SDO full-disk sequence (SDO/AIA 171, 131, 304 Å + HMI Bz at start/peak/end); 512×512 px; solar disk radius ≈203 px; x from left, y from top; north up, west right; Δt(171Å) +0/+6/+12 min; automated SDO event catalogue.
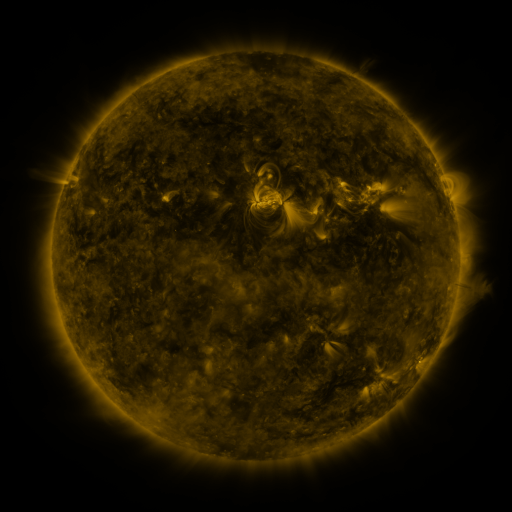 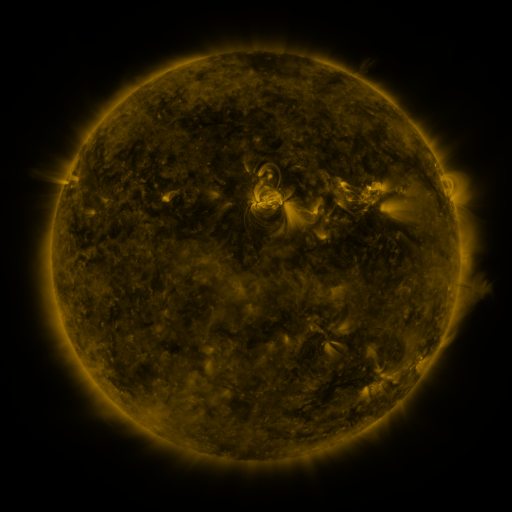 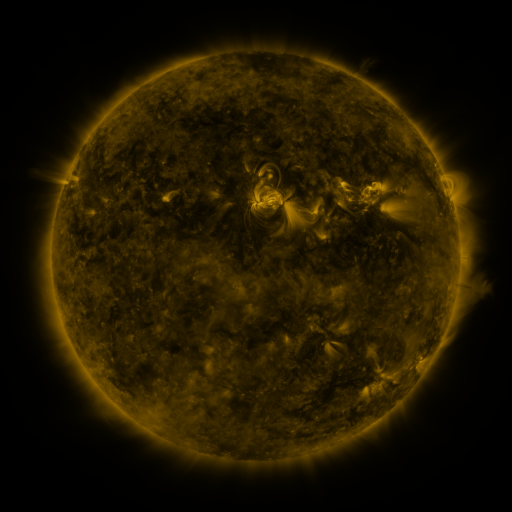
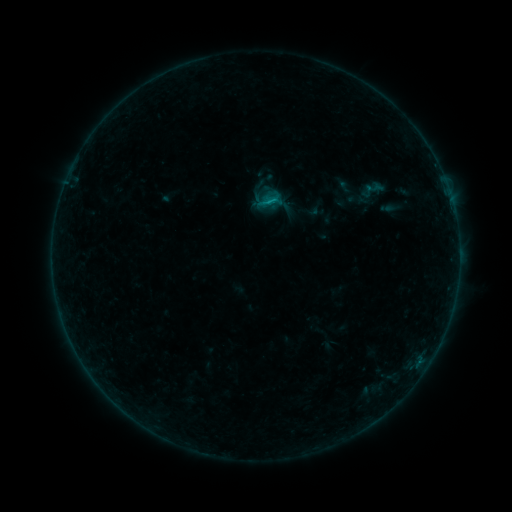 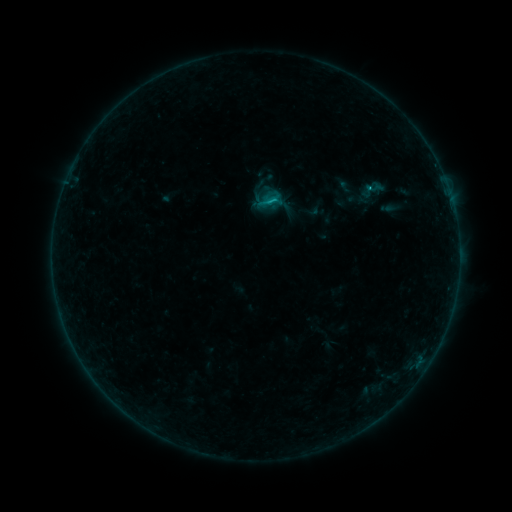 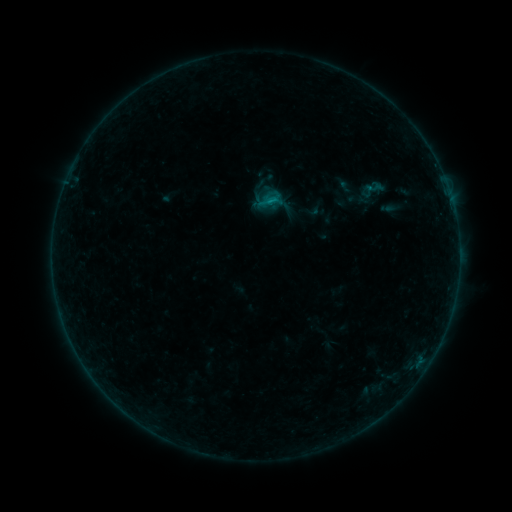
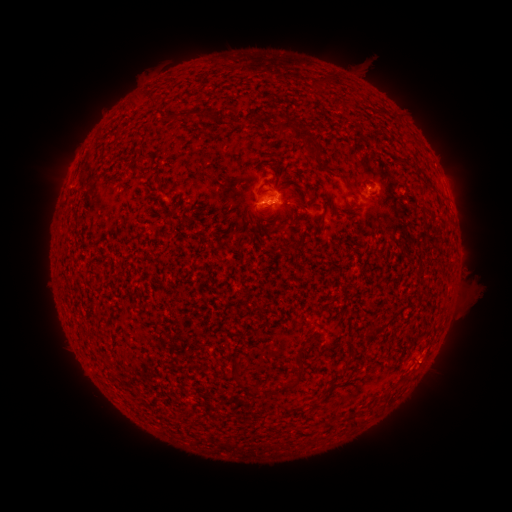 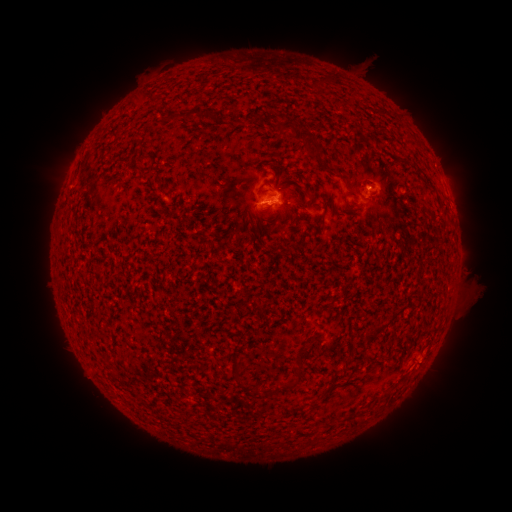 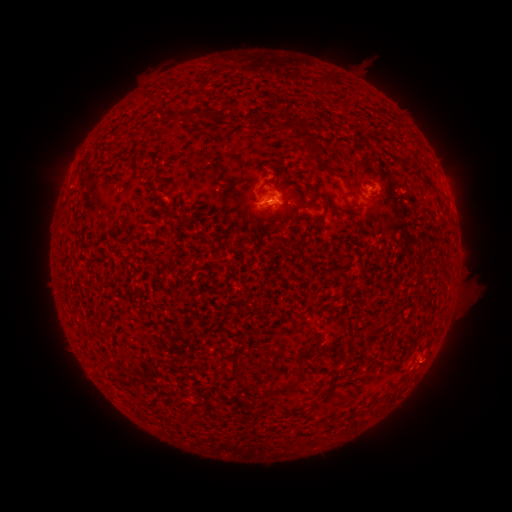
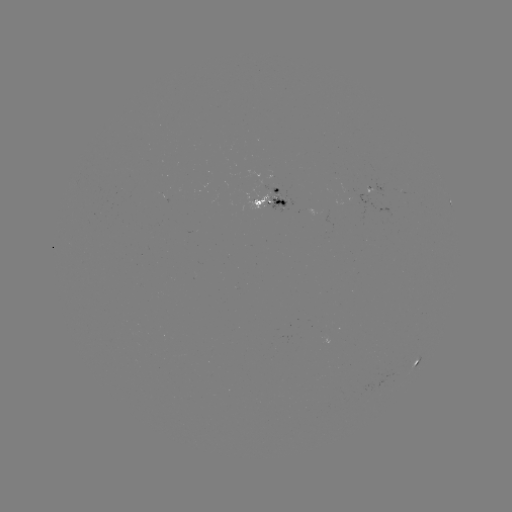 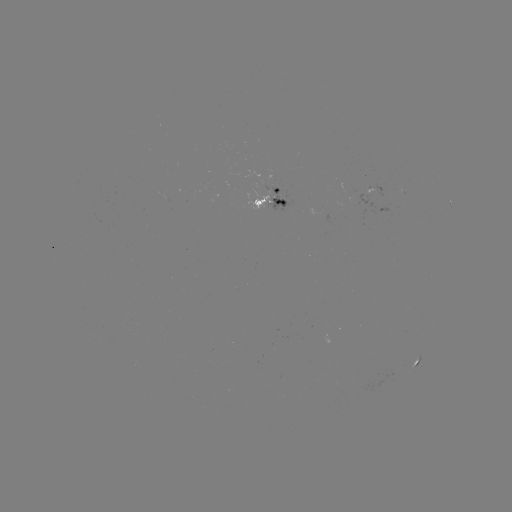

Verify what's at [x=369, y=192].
B5.6 flare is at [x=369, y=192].